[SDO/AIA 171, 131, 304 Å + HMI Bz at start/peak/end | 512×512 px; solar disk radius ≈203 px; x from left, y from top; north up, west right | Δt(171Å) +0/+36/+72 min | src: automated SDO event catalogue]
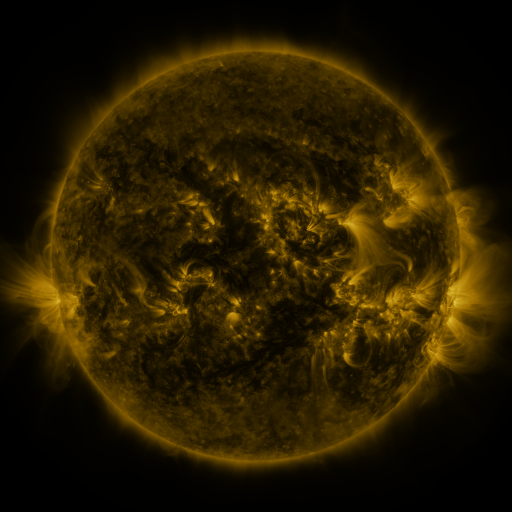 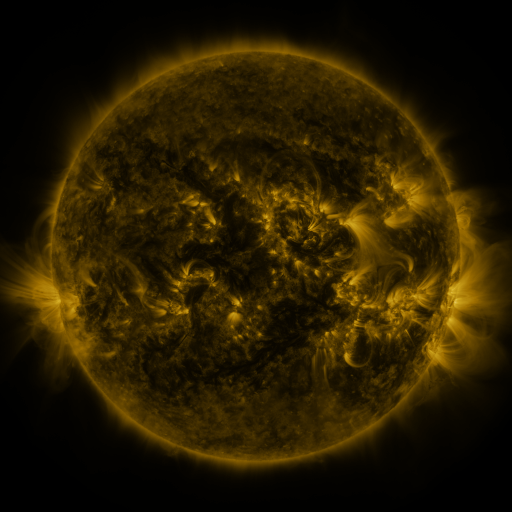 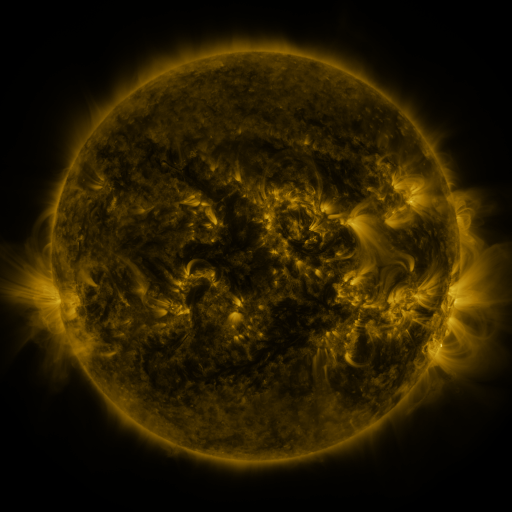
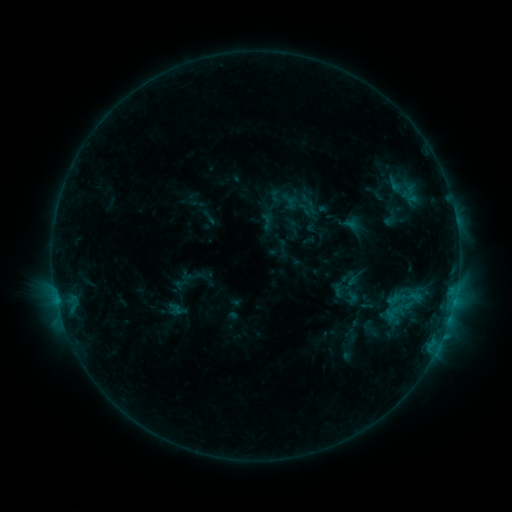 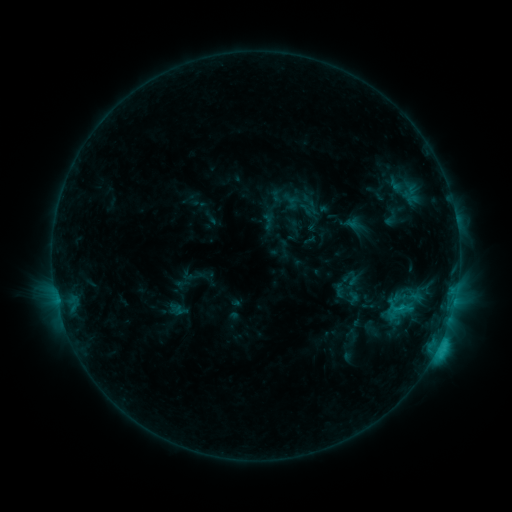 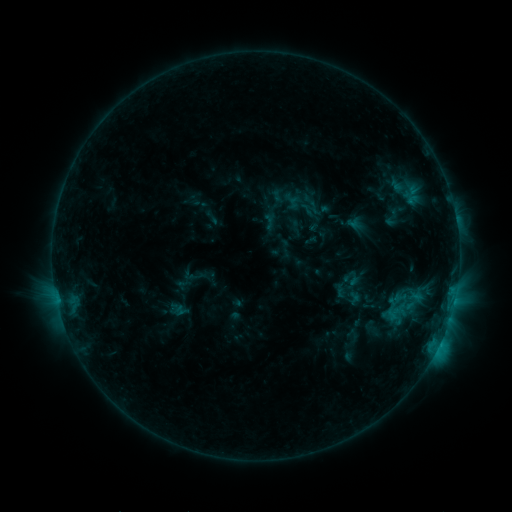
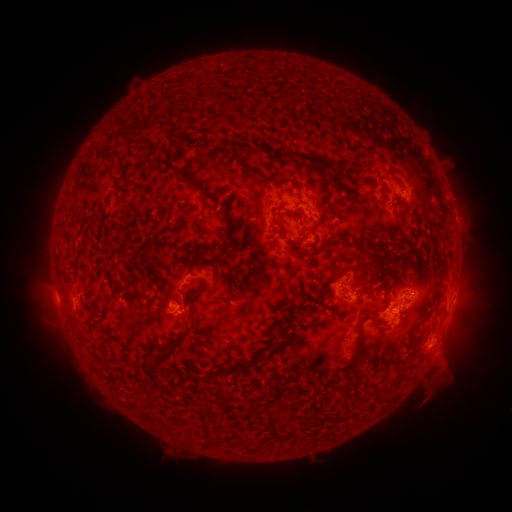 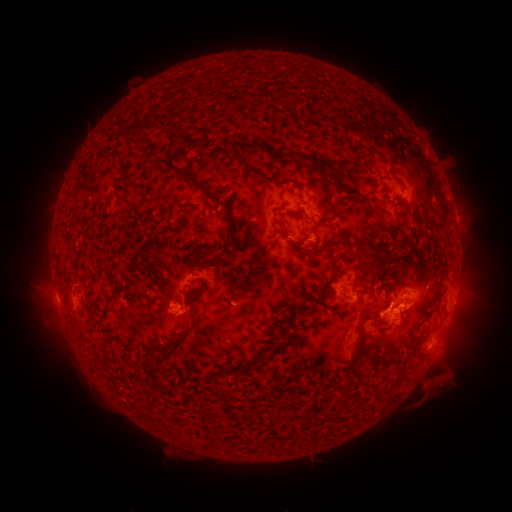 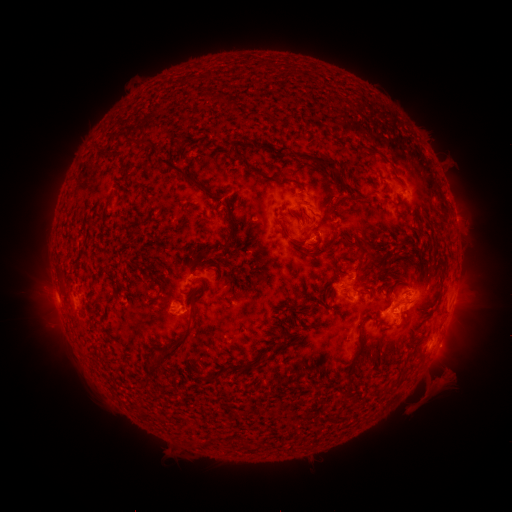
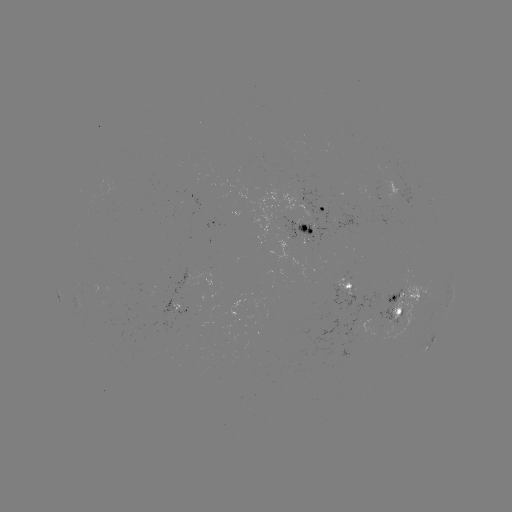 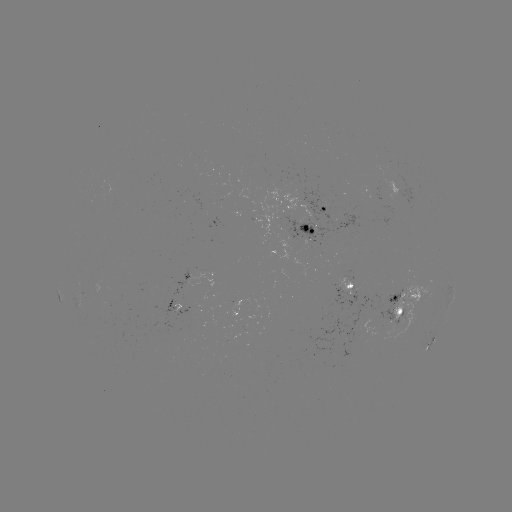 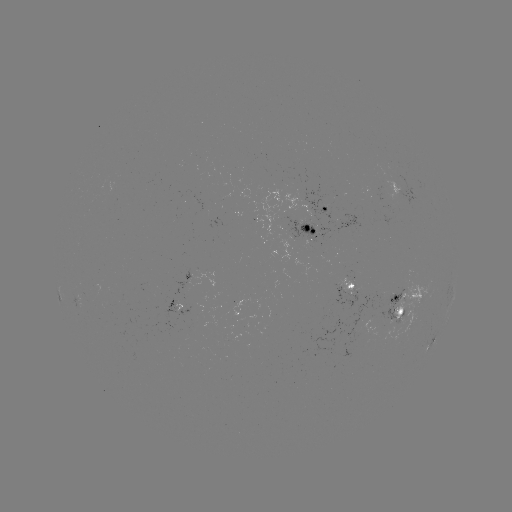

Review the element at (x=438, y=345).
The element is C3.1 flare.